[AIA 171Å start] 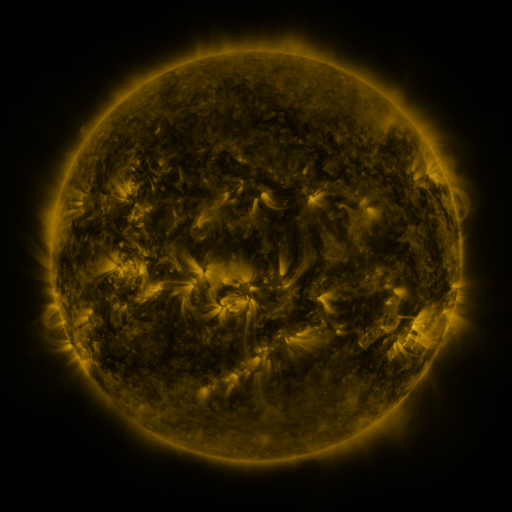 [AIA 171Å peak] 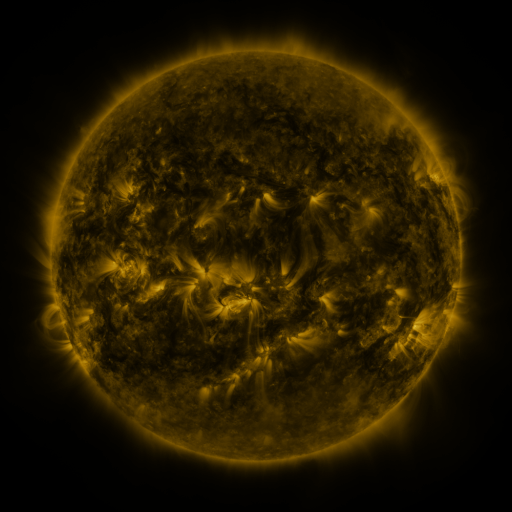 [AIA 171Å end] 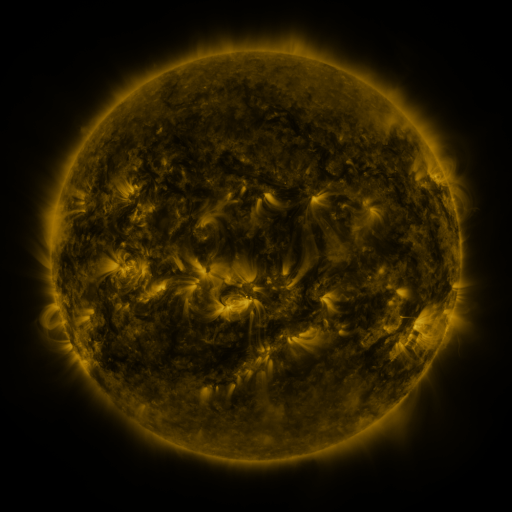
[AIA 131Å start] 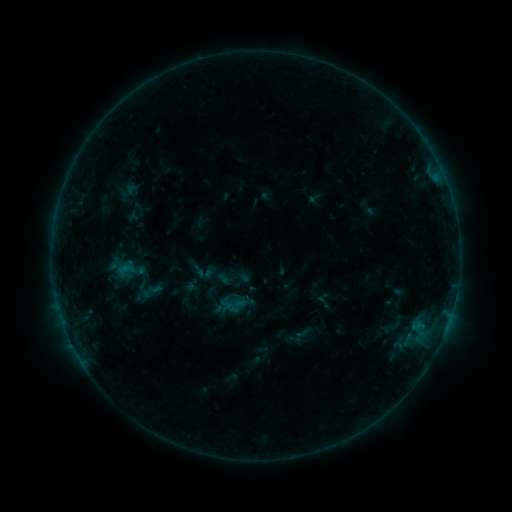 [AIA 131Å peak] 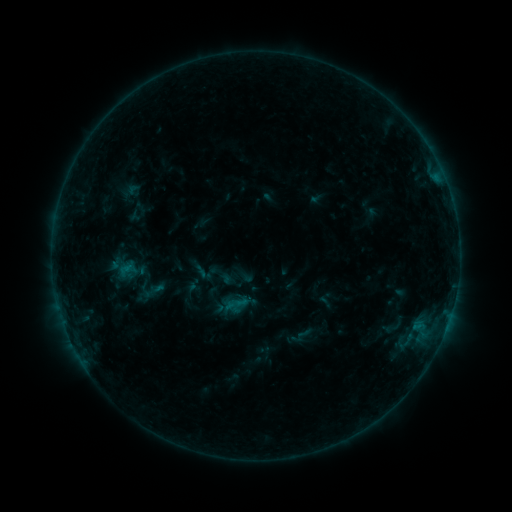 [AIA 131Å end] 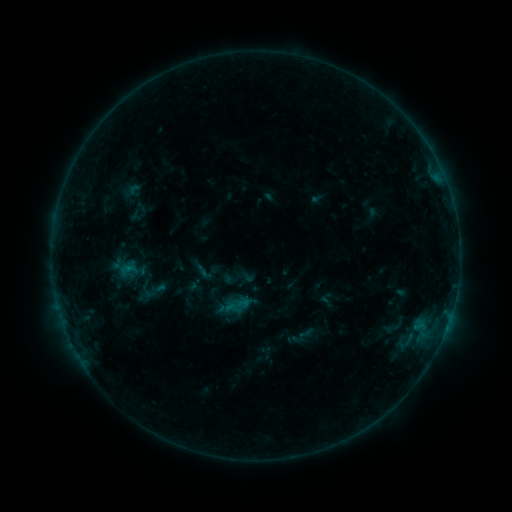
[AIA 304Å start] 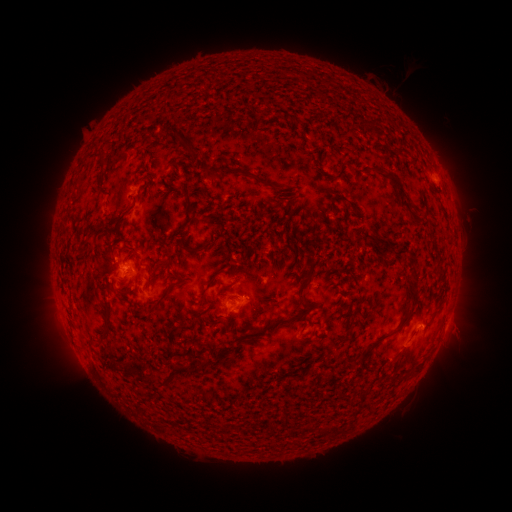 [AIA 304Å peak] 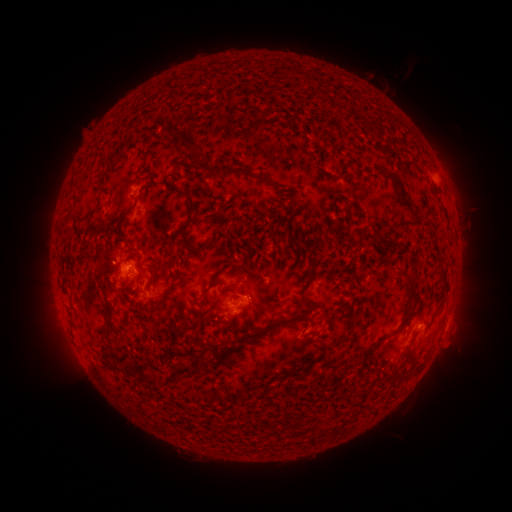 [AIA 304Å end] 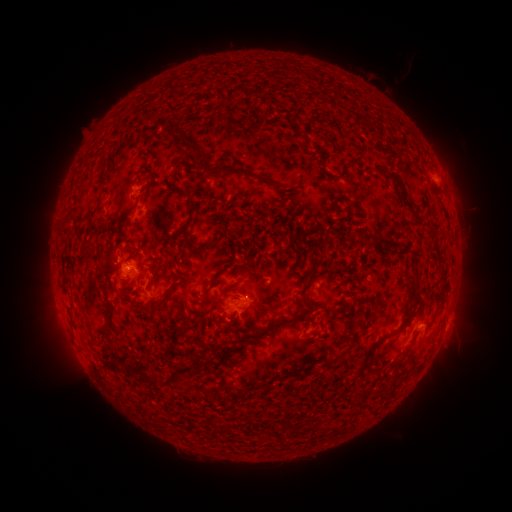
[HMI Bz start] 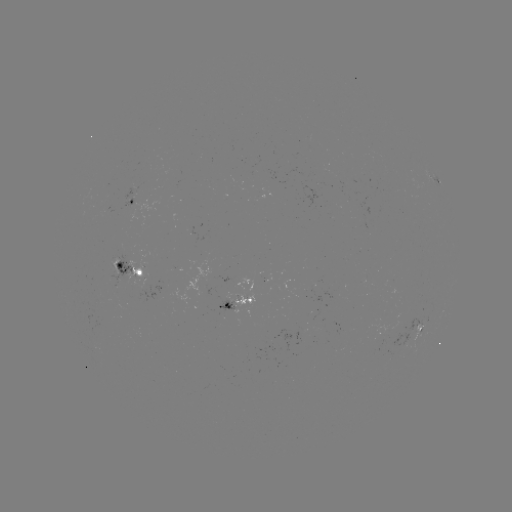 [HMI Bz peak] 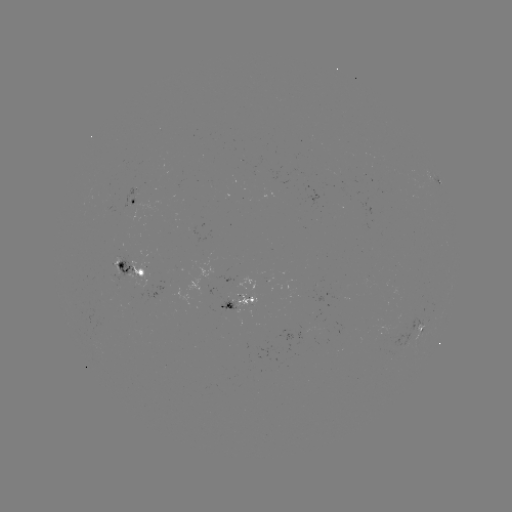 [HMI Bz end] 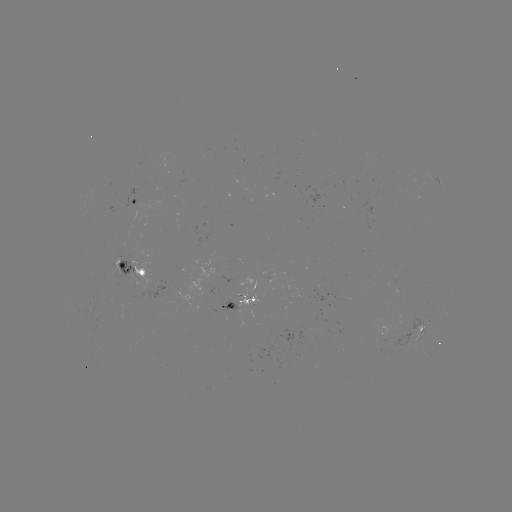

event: emerging-flux region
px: (404, 325)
